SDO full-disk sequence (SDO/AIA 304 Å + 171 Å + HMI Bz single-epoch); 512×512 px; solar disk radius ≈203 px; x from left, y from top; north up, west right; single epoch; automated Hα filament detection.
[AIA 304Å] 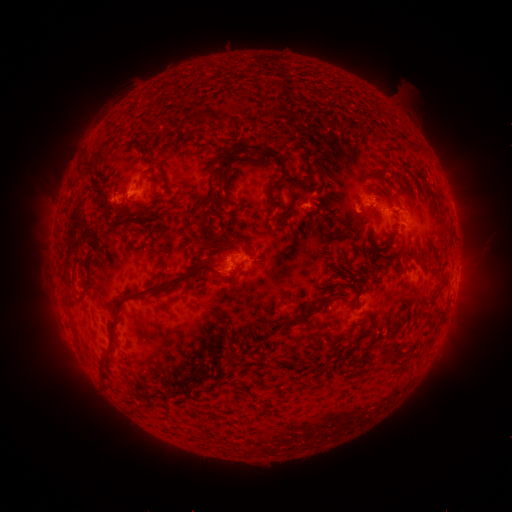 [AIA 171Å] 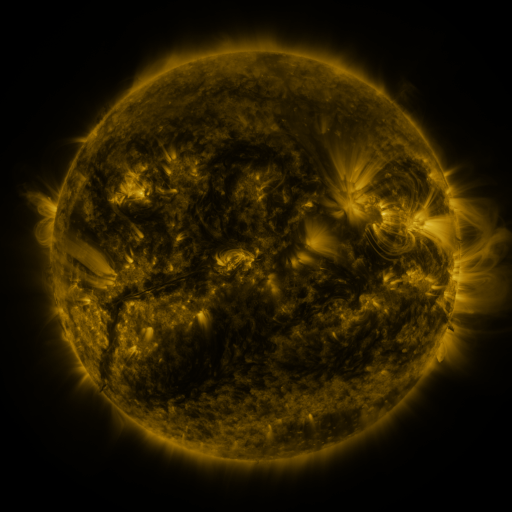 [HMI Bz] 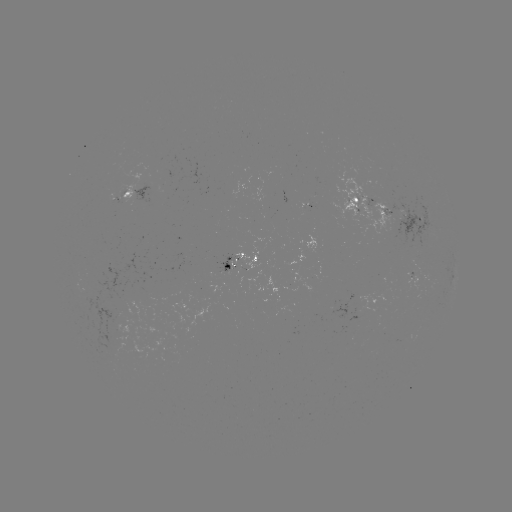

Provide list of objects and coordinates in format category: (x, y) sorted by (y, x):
filament: (218, 119)
filament: (100, 155)
filament: (150, 157)
filament: (282, 174)
filament: (222, 179)
filament: (288, 209)
filament: (138, 210)
filament: (157, 211)
filament: (117, 212)
filament: (315, 212)
filament: (311, 229)
filament: (206, 232)
filament: (225, 240)
filament: (222, 245)
filament: (238, 270)
filament: (318, 283)
filament: (164, 285)
filament: (304, 316)
filament: (267, 323)
filament: (114, 346)
filament: (390, 353)
filament: (104, 377)
